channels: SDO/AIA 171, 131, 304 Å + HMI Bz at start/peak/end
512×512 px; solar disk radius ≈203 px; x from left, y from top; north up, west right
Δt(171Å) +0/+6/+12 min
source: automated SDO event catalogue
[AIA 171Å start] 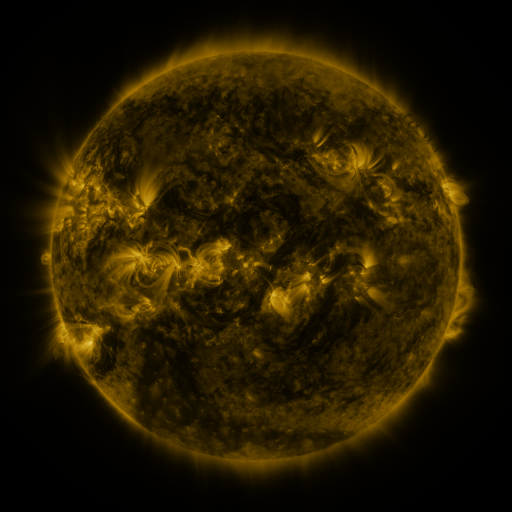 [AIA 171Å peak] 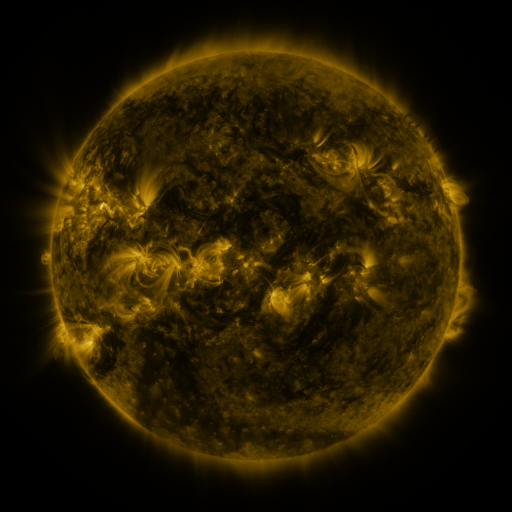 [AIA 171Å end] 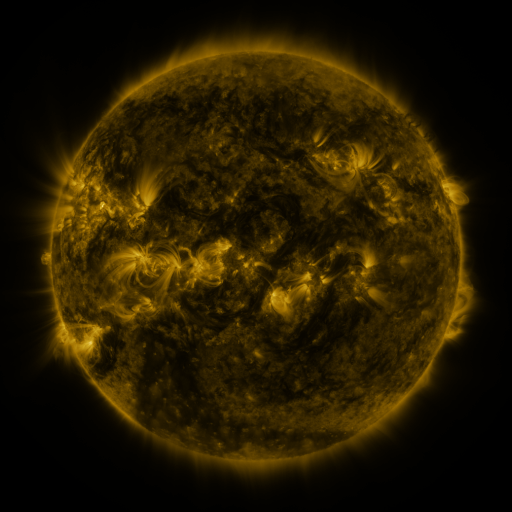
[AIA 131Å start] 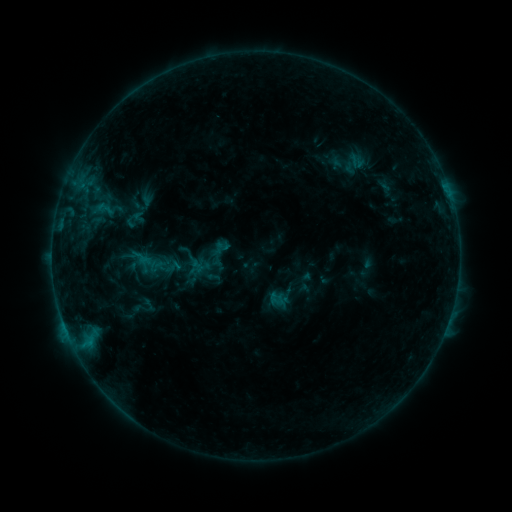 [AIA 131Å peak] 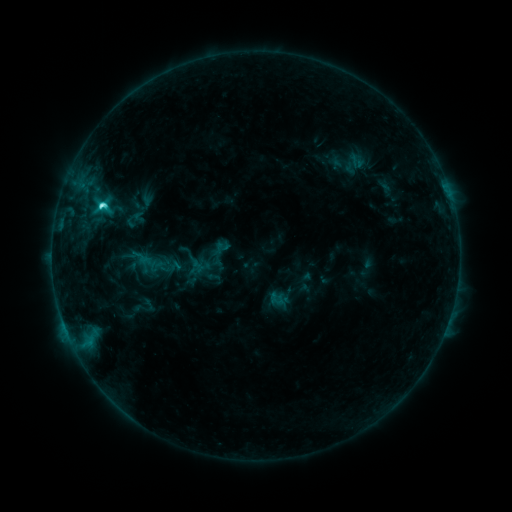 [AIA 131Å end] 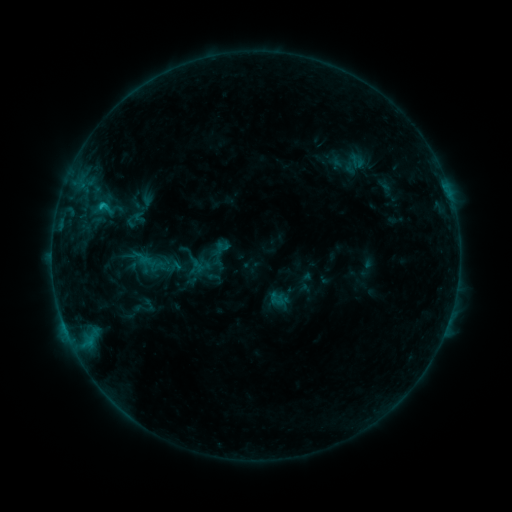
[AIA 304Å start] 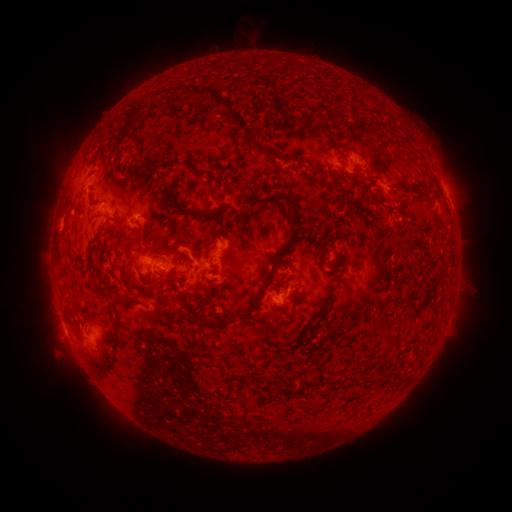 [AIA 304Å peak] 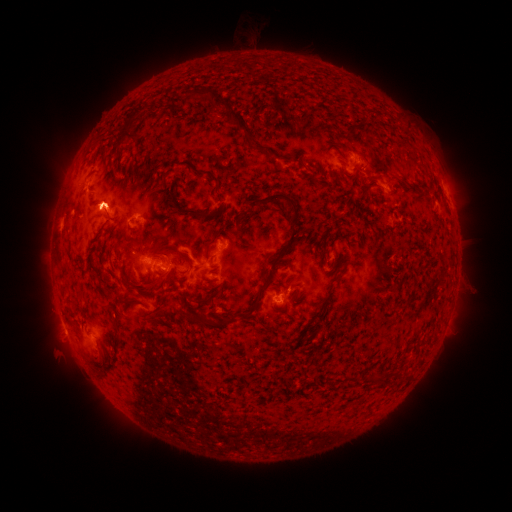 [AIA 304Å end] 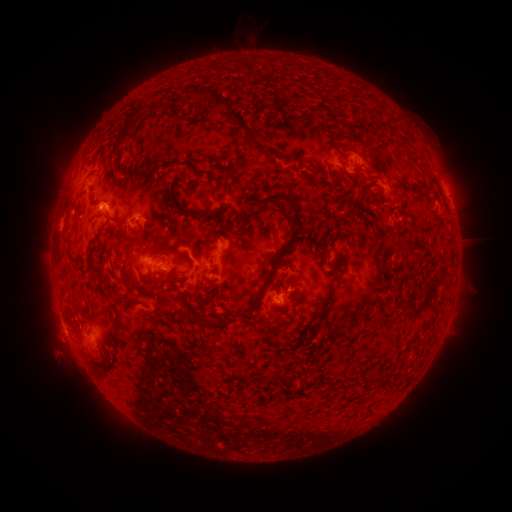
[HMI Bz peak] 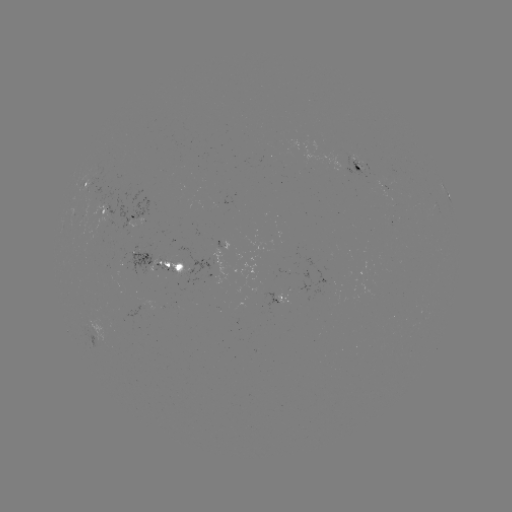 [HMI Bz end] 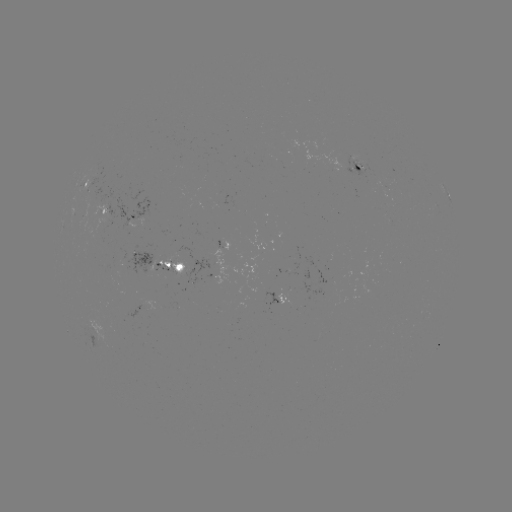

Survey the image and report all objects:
C3.2 flare: (101, 208)
